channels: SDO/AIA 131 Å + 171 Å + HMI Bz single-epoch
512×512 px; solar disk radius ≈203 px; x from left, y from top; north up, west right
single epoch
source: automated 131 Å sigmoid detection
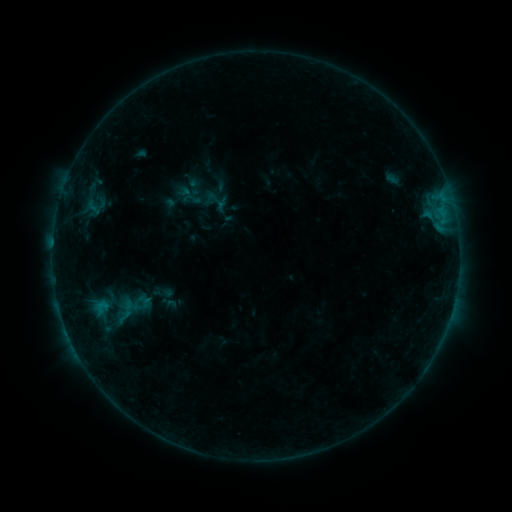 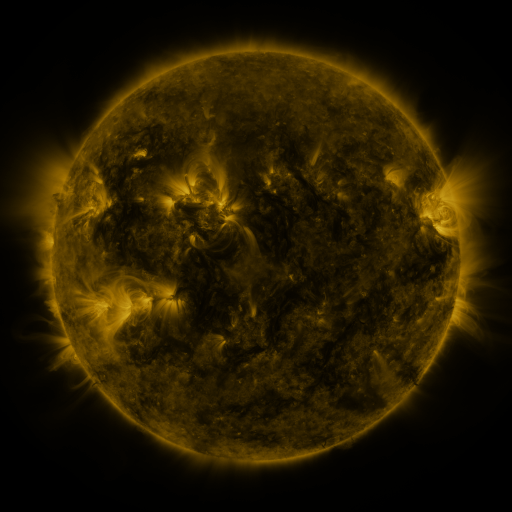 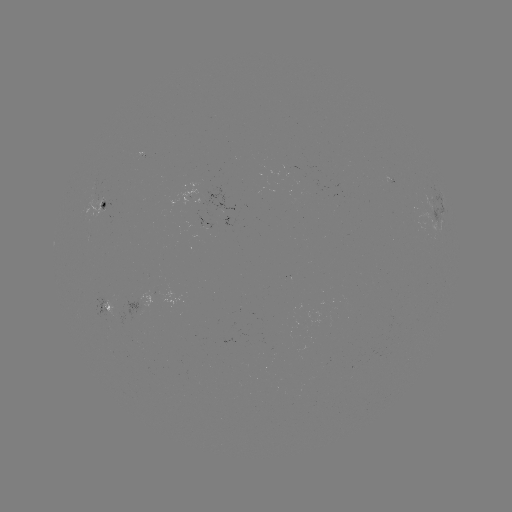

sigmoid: (204, 188, 229, 212)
